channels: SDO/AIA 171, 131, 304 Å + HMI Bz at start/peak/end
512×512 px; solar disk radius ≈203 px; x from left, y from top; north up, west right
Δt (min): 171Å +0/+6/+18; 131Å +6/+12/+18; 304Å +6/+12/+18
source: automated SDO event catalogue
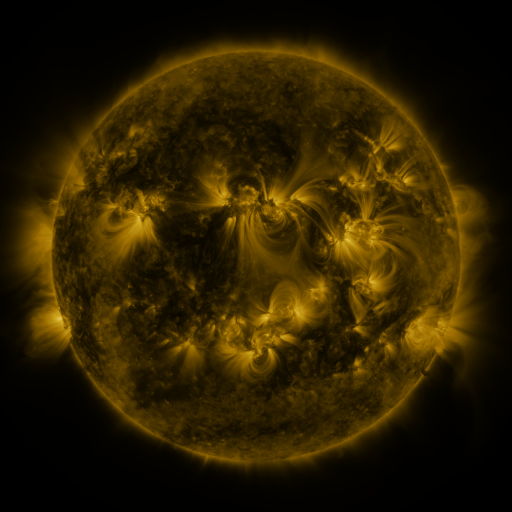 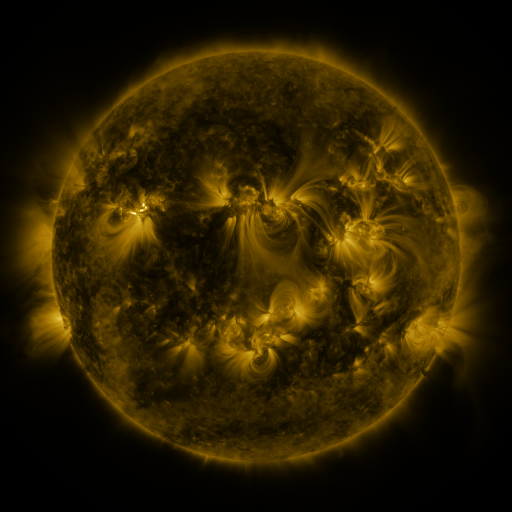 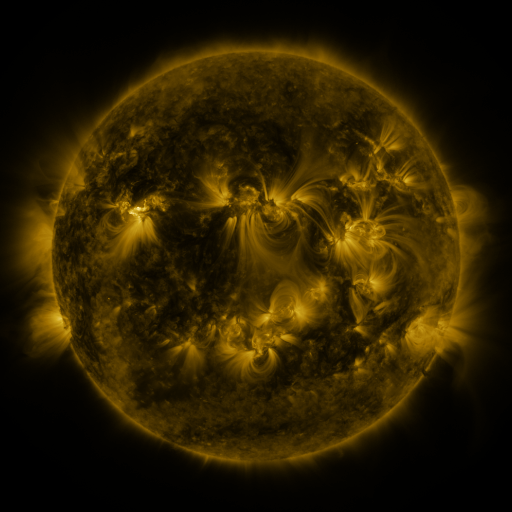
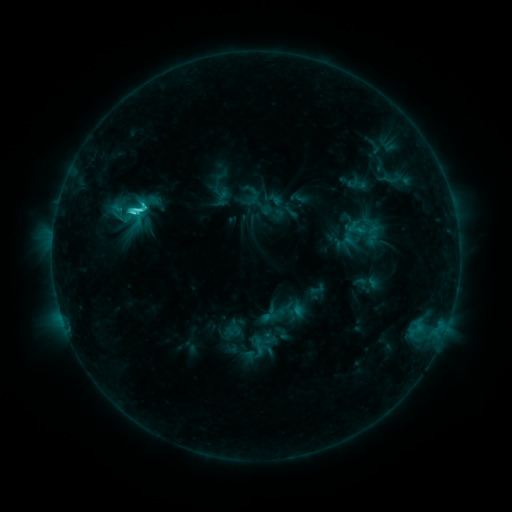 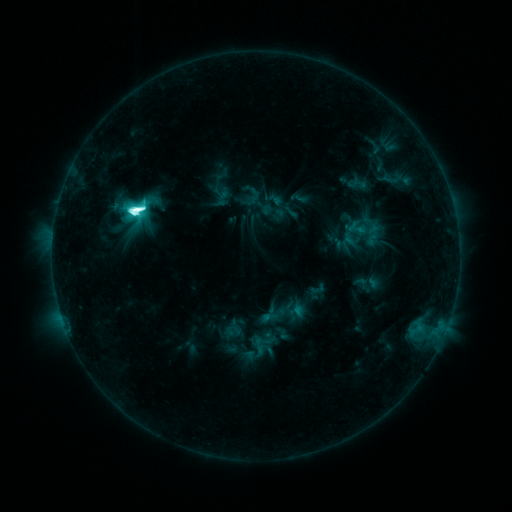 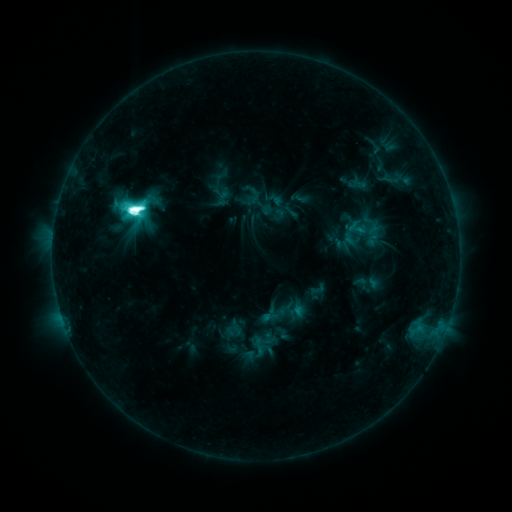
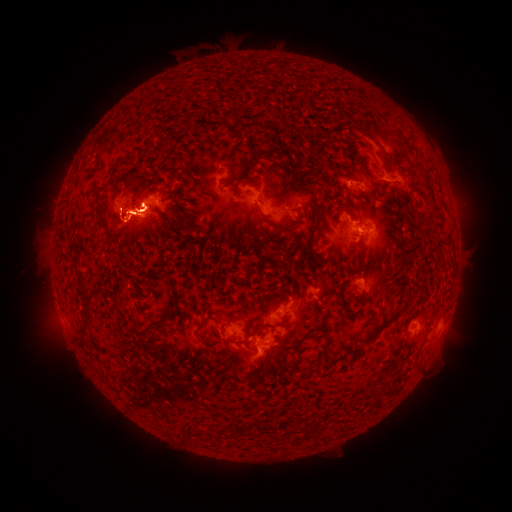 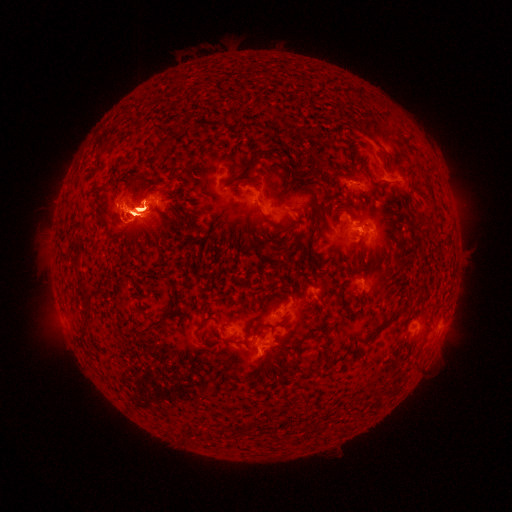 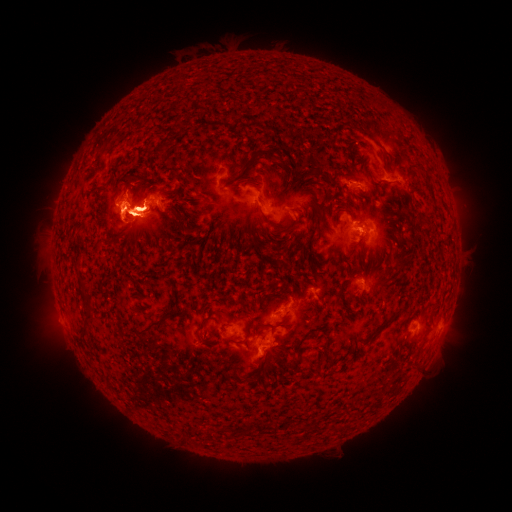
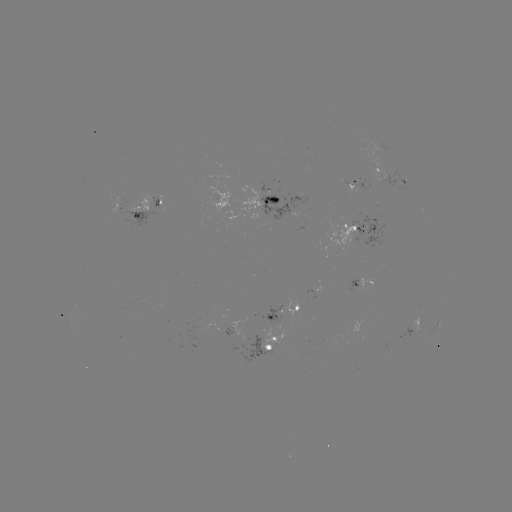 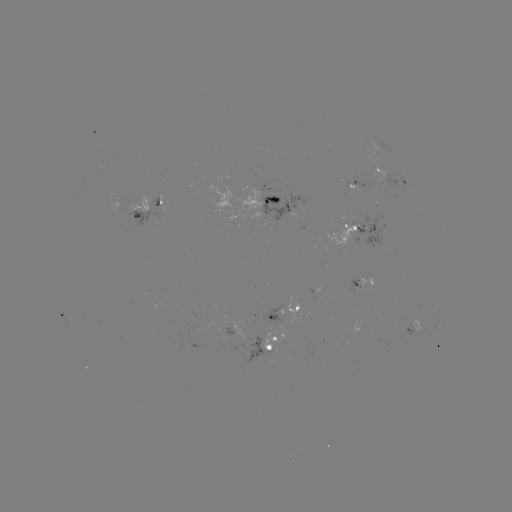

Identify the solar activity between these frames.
eruption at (256, 352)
